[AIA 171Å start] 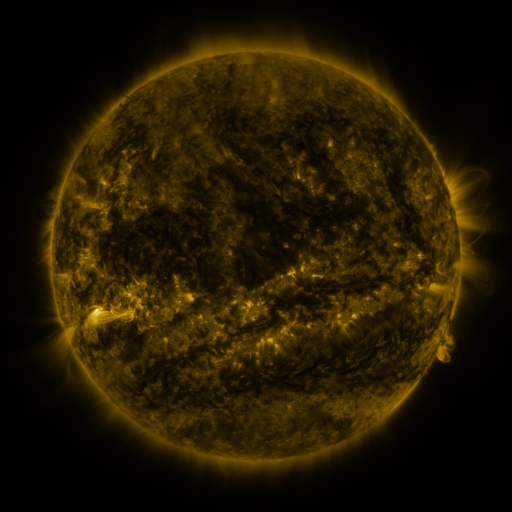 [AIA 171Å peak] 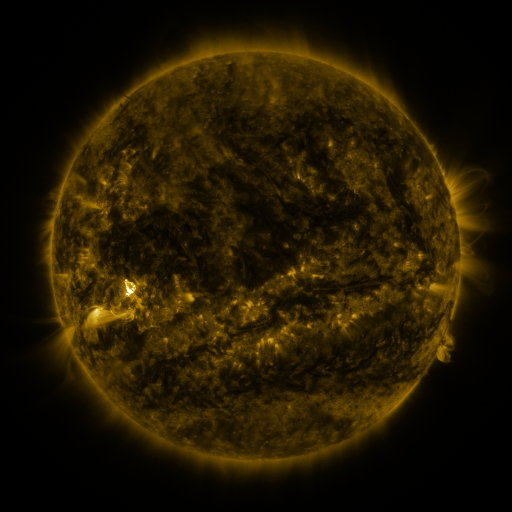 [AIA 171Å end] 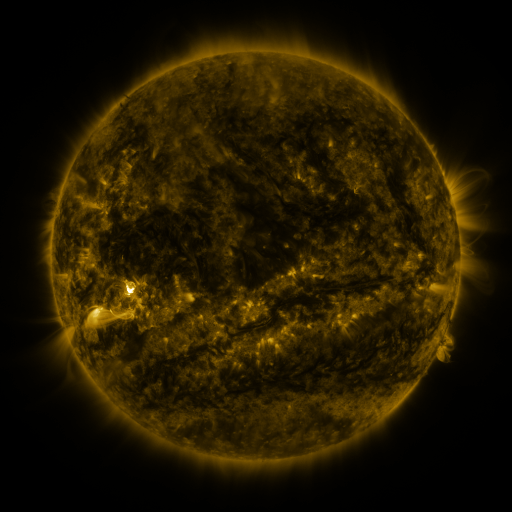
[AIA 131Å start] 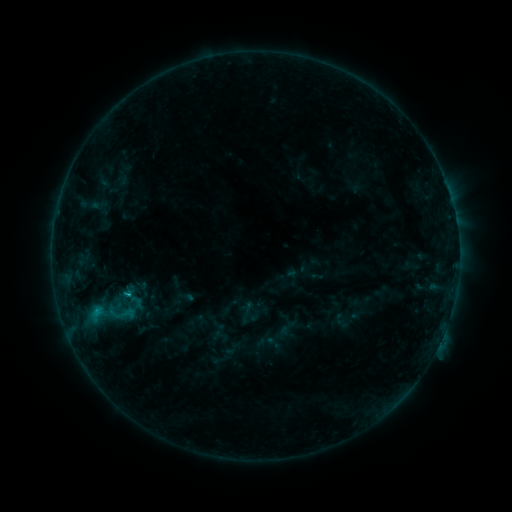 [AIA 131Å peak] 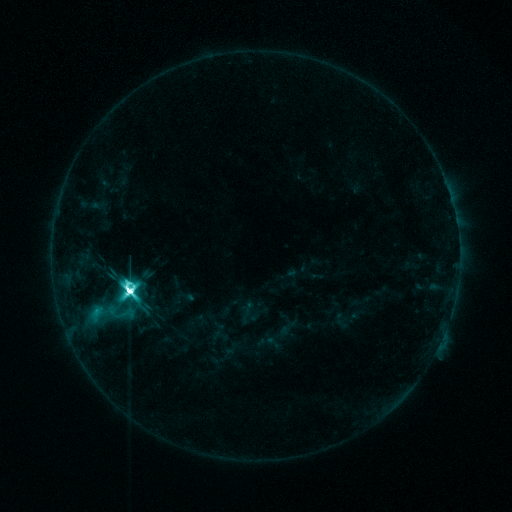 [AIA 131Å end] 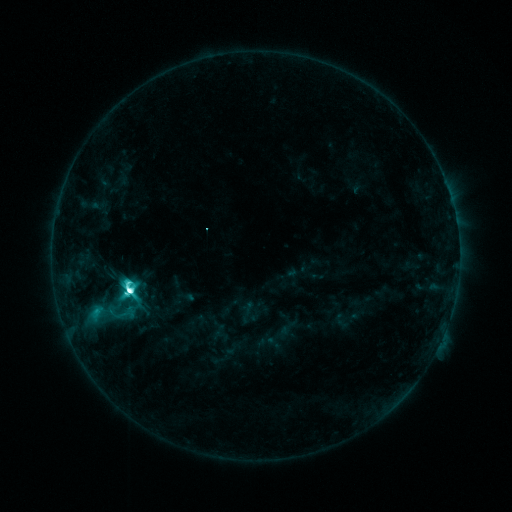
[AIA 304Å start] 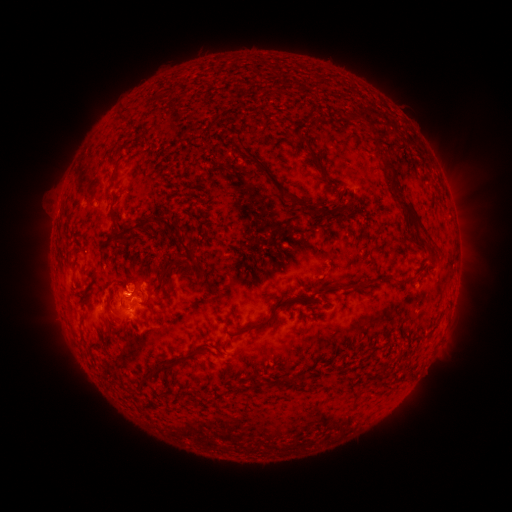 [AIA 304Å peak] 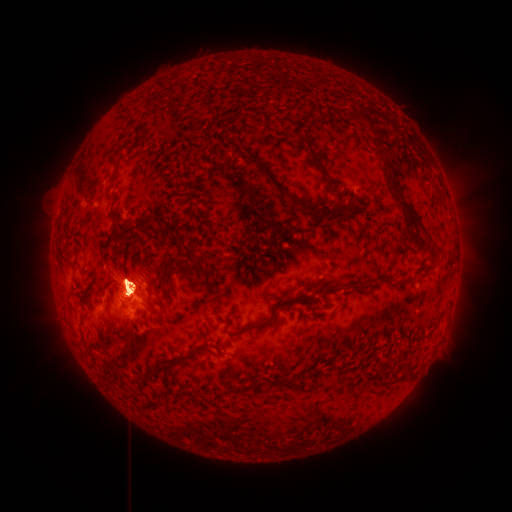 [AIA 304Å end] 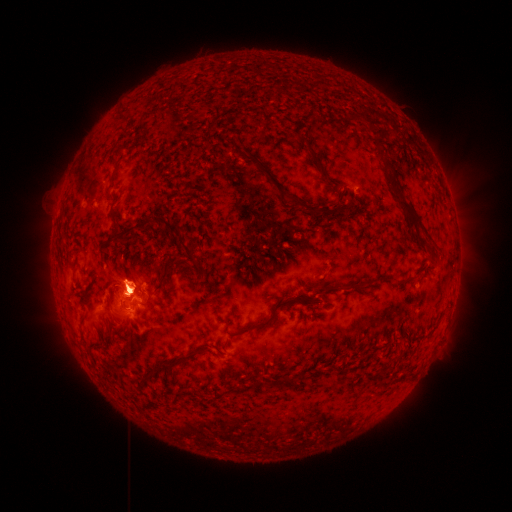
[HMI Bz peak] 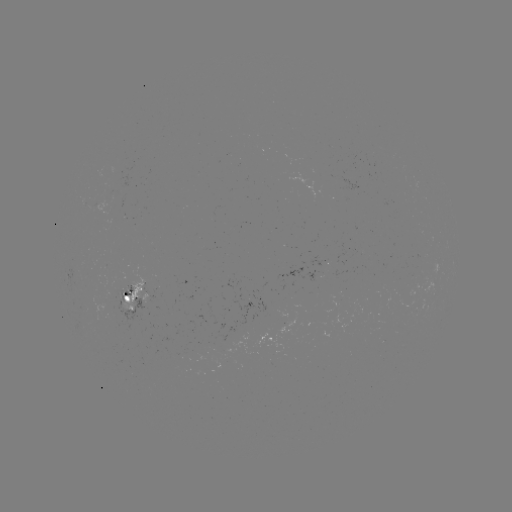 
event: flare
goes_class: M5.1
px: (132, 289)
